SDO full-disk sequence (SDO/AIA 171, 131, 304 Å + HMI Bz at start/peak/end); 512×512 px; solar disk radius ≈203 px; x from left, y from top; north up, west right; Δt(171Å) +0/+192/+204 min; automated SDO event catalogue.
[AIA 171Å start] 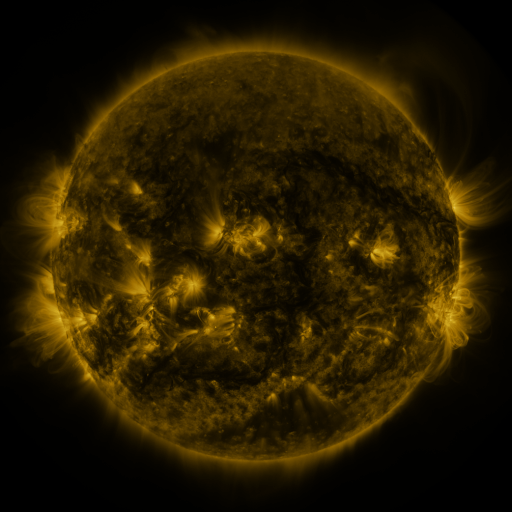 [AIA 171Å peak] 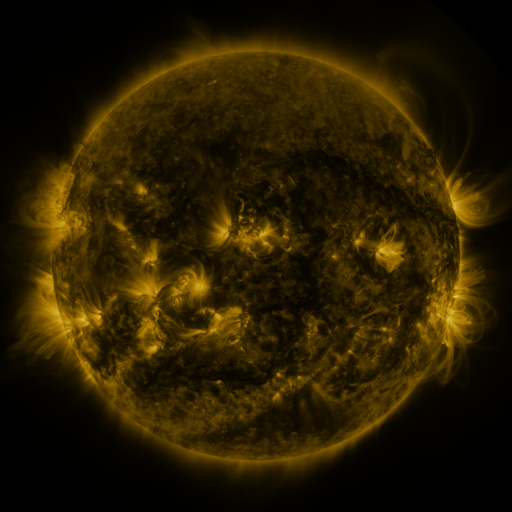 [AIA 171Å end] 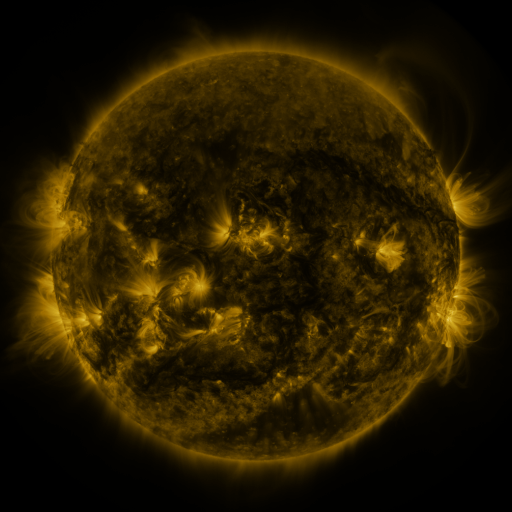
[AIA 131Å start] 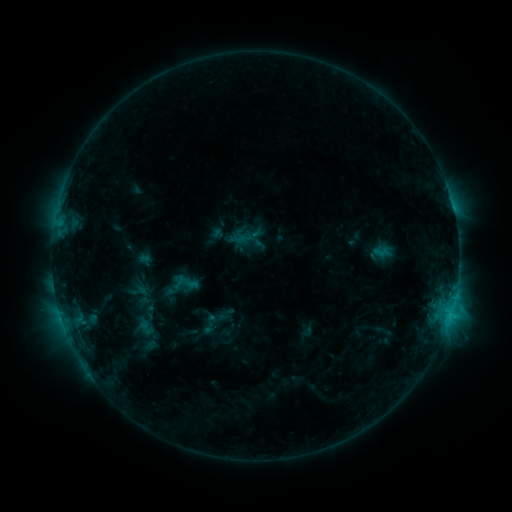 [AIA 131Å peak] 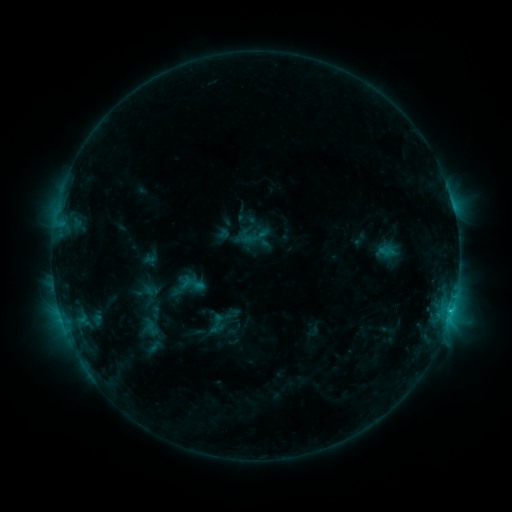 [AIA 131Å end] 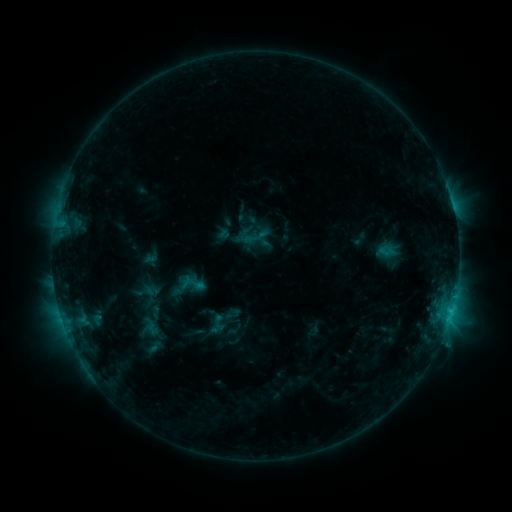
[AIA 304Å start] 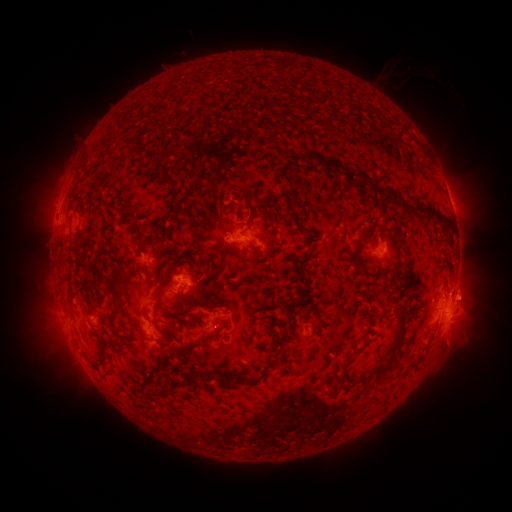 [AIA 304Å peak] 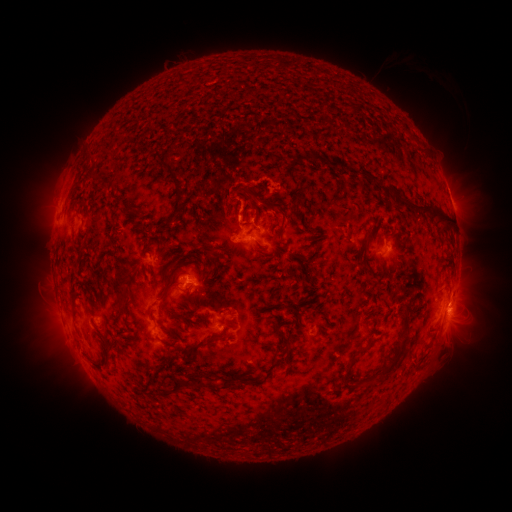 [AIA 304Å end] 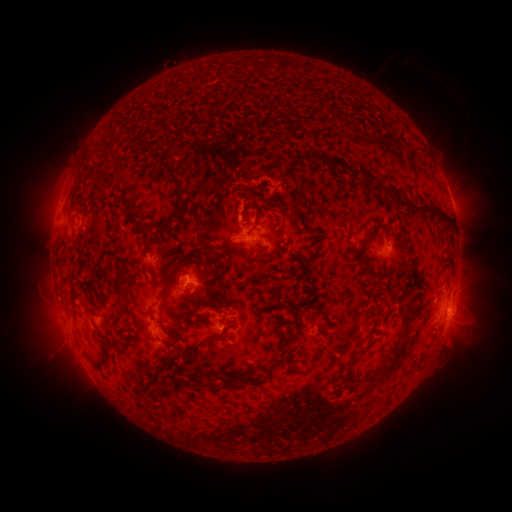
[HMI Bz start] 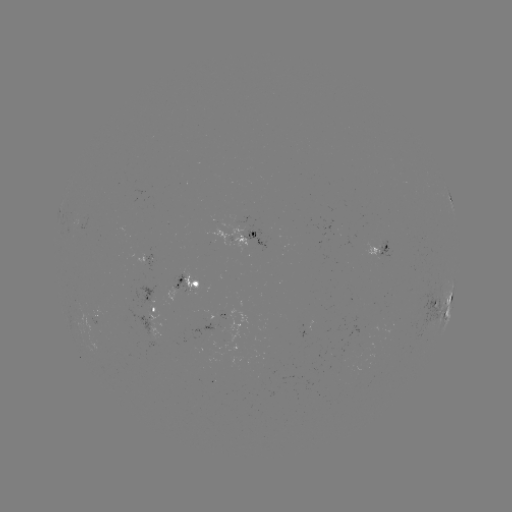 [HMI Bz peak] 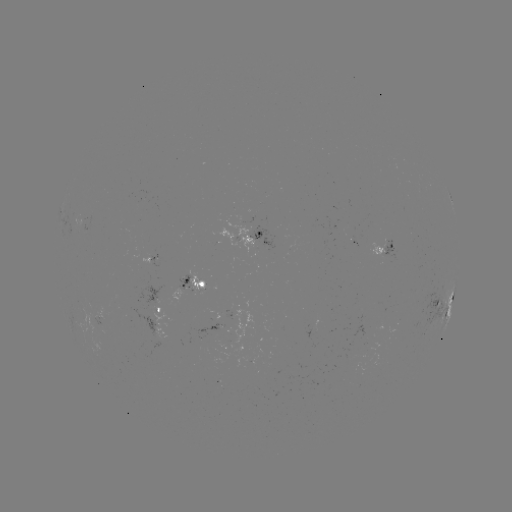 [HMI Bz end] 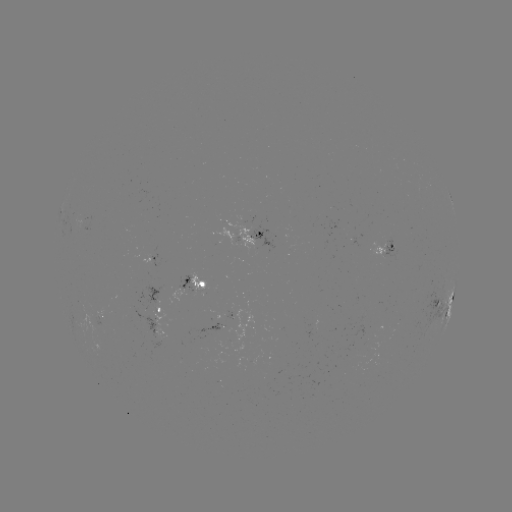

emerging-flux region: [348, 236, 359, 248]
